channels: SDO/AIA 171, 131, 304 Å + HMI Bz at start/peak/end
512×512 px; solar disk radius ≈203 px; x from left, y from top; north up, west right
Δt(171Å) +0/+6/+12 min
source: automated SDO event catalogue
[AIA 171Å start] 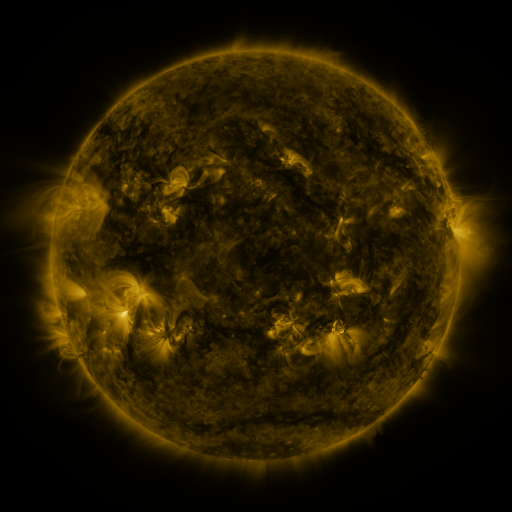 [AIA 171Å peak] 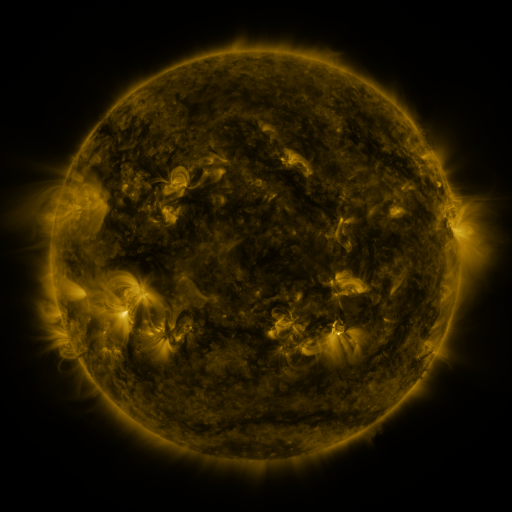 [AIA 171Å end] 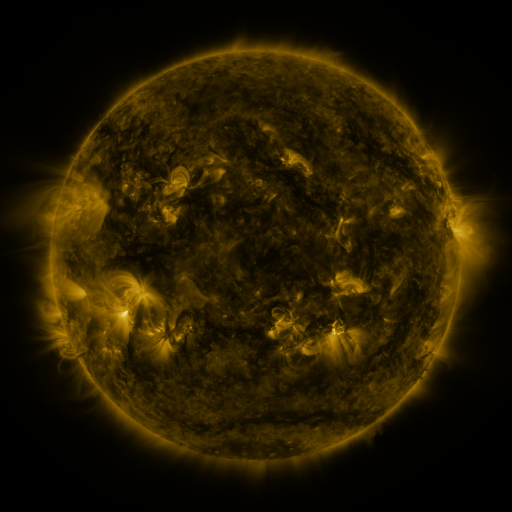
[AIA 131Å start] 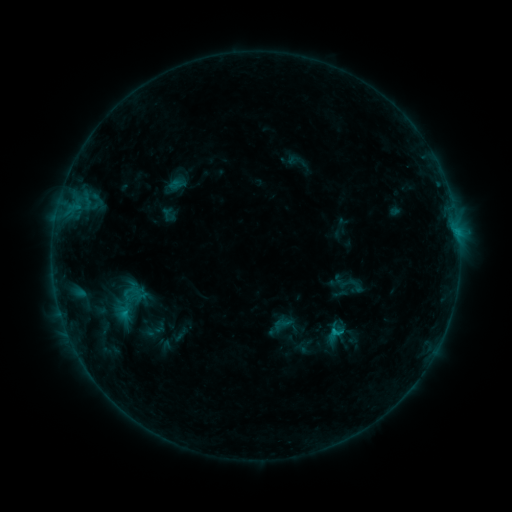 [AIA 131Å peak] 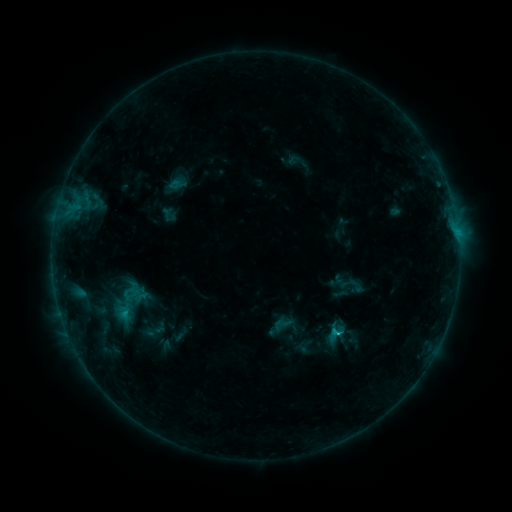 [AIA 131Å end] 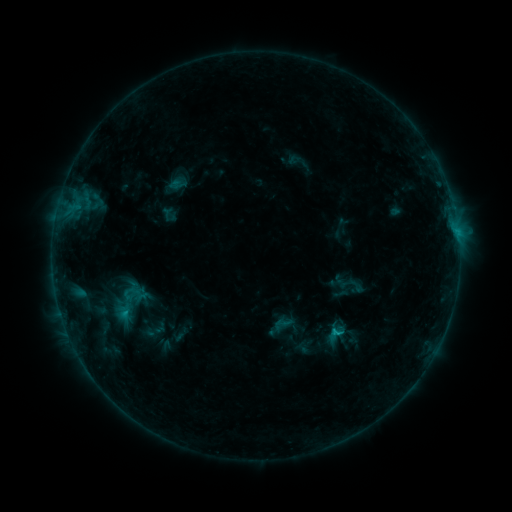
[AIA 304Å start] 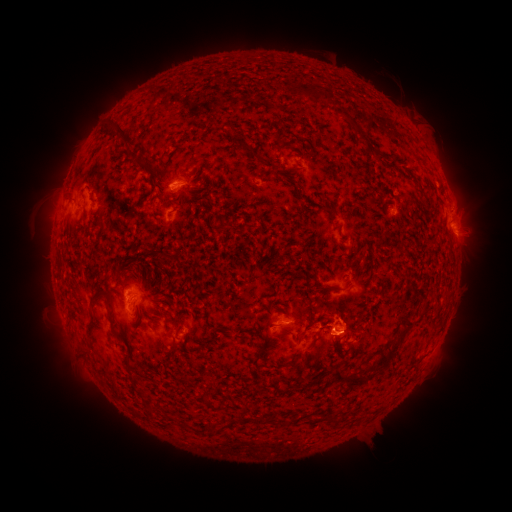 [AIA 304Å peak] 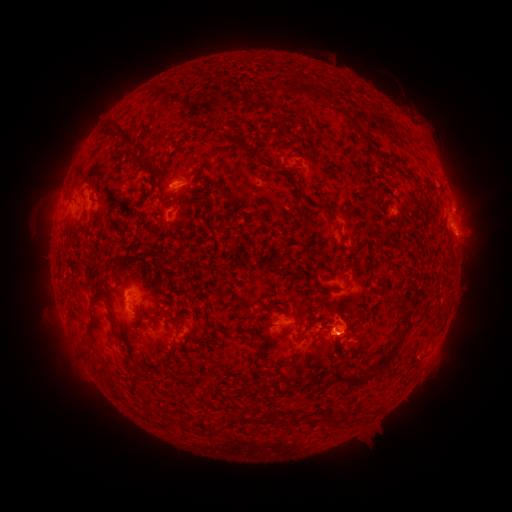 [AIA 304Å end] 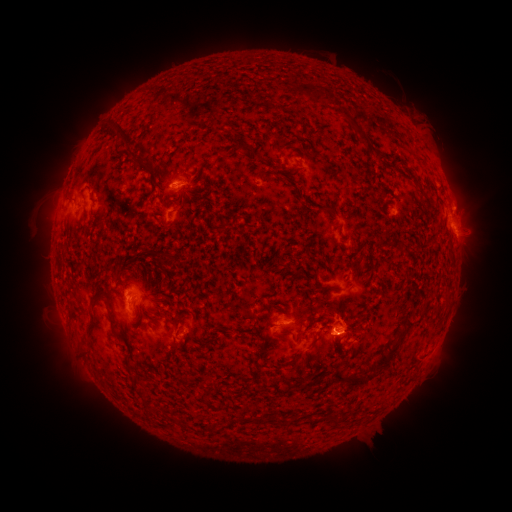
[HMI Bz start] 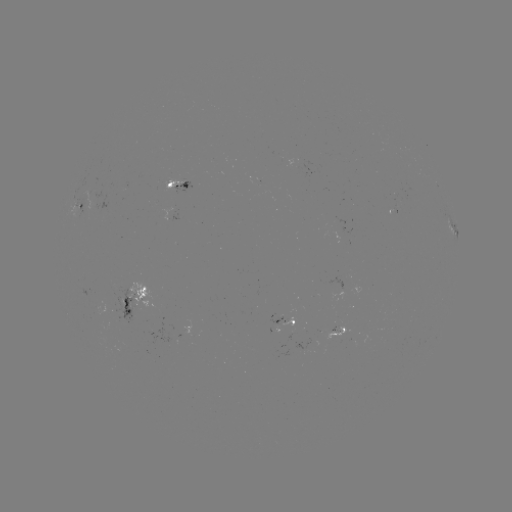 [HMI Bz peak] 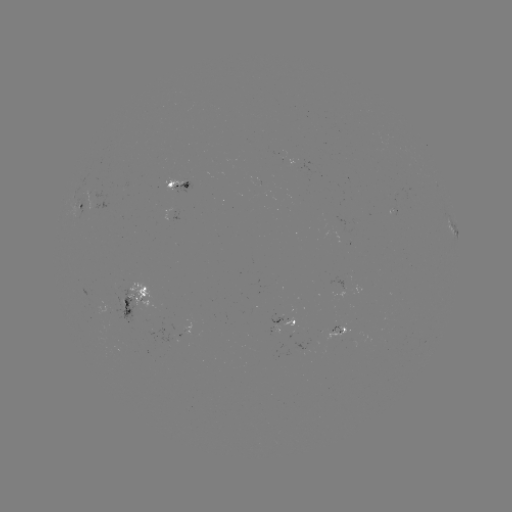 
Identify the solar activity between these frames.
B9.0 flare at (335, 333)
